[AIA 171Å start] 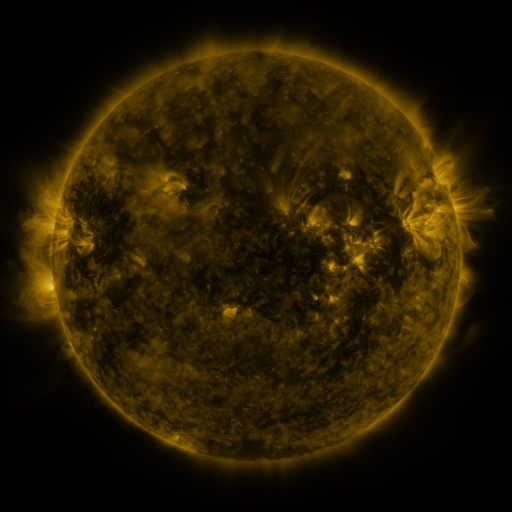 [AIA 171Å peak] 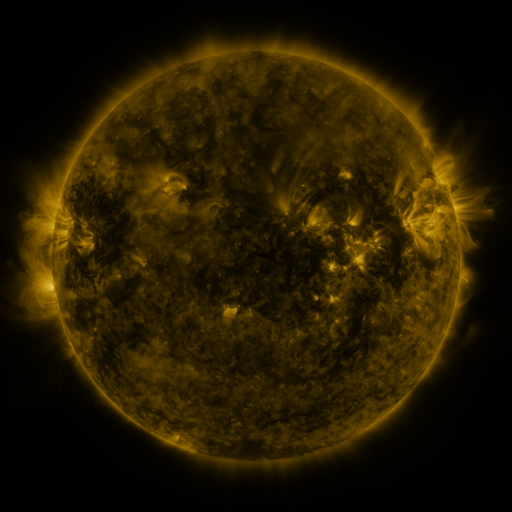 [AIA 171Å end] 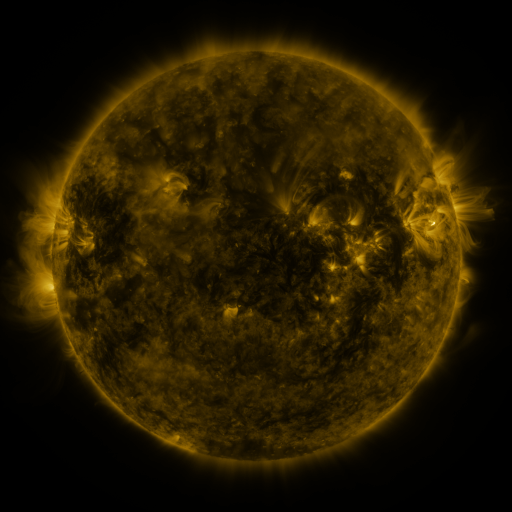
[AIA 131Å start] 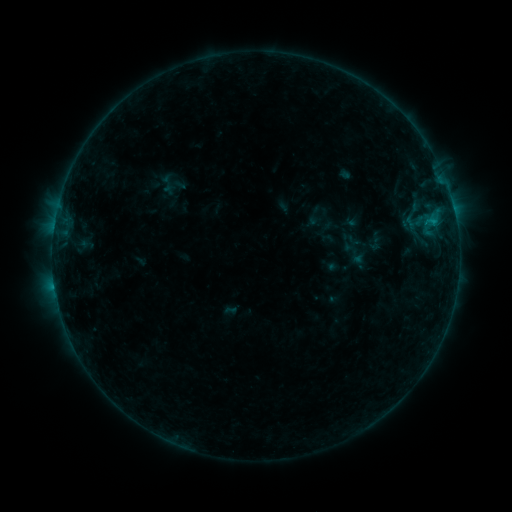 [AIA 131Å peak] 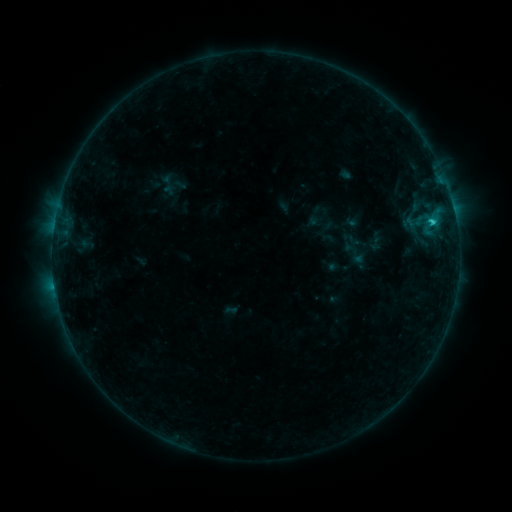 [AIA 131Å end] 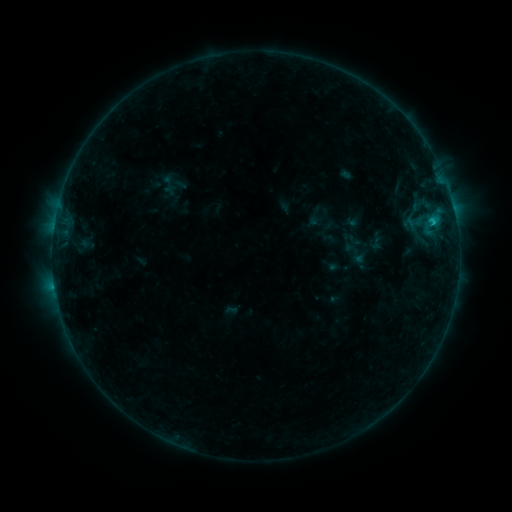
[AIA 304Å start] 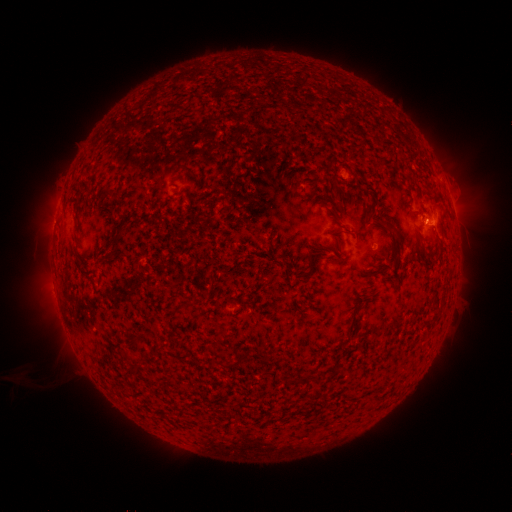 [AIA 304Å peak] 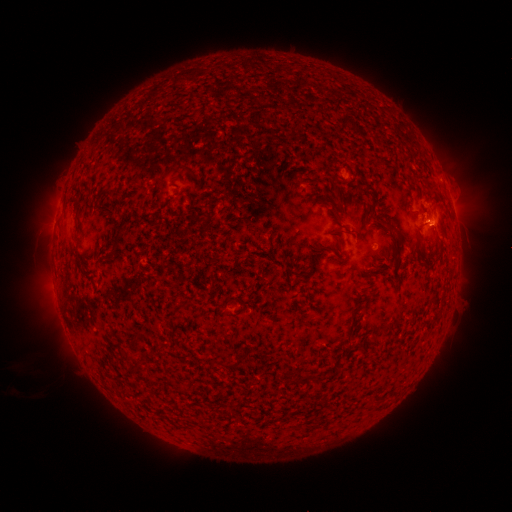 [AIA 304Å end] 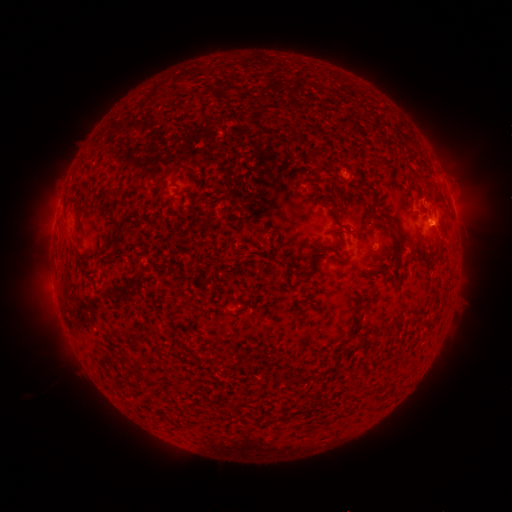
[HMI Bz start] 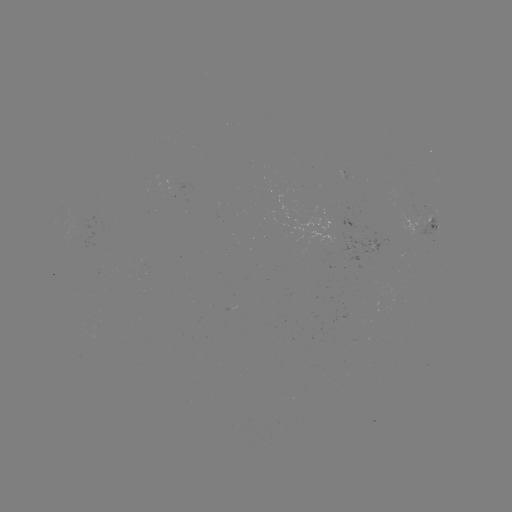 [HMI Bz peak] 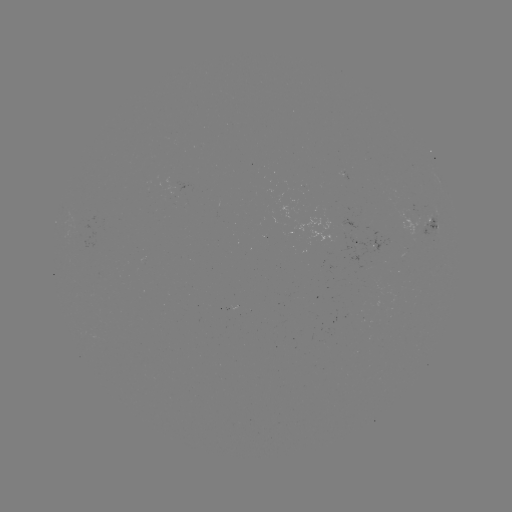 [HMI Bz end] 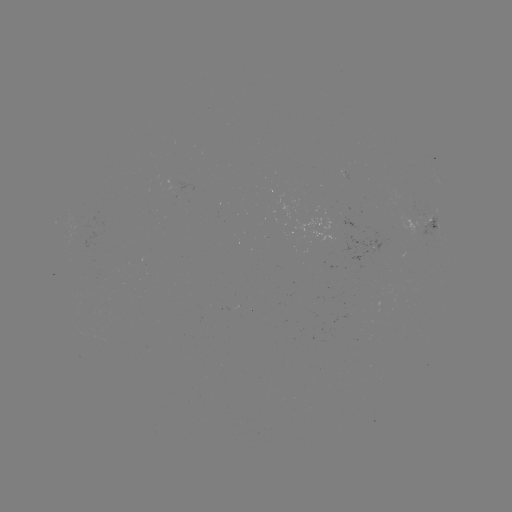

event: flare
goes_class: B8.1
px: (431, 225)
